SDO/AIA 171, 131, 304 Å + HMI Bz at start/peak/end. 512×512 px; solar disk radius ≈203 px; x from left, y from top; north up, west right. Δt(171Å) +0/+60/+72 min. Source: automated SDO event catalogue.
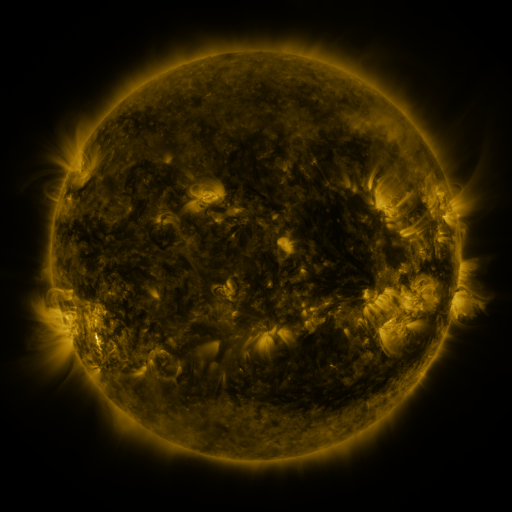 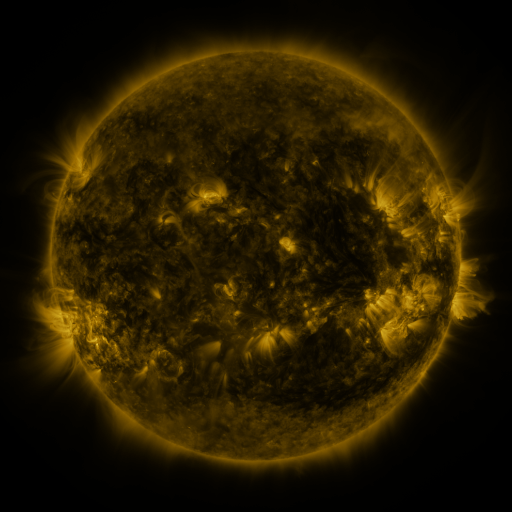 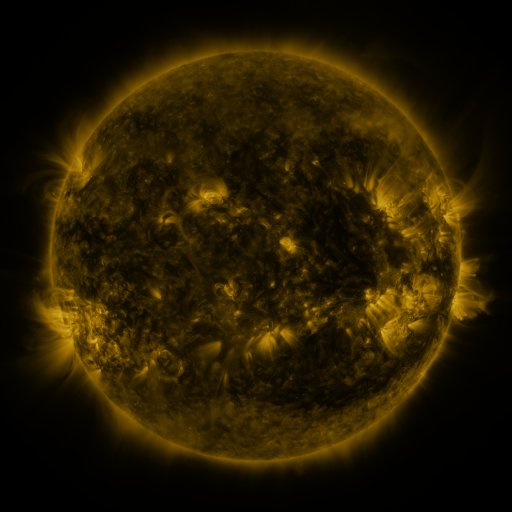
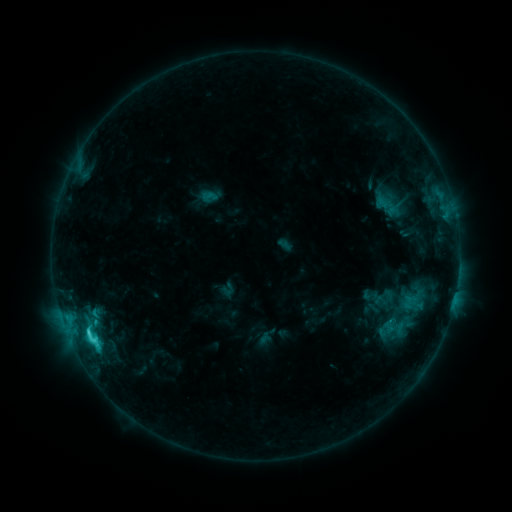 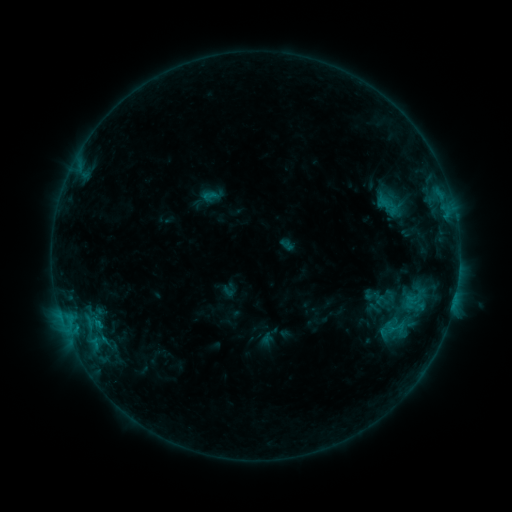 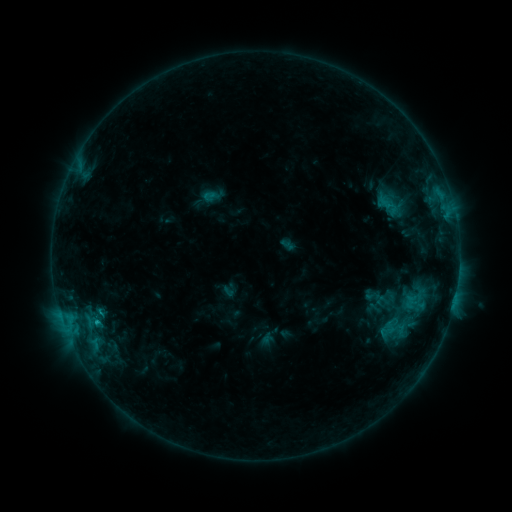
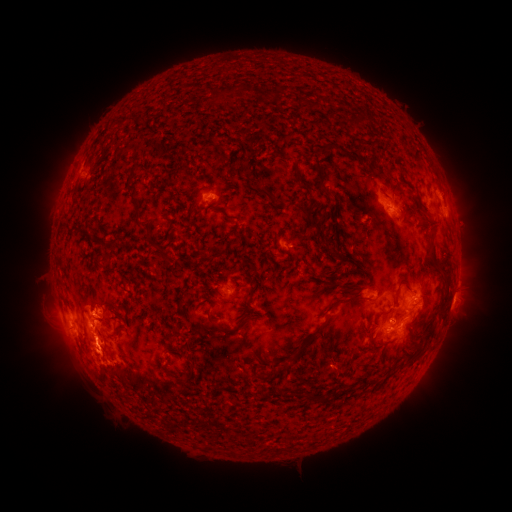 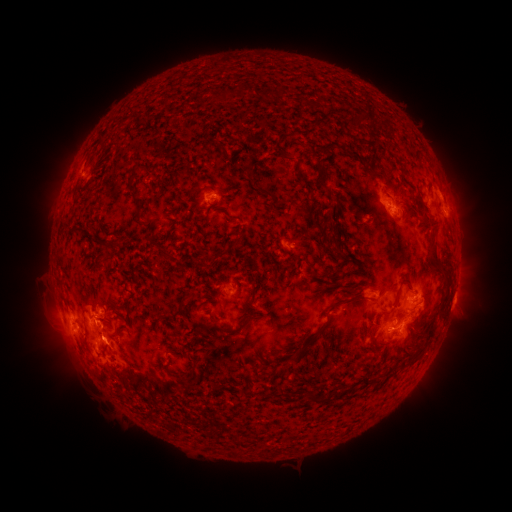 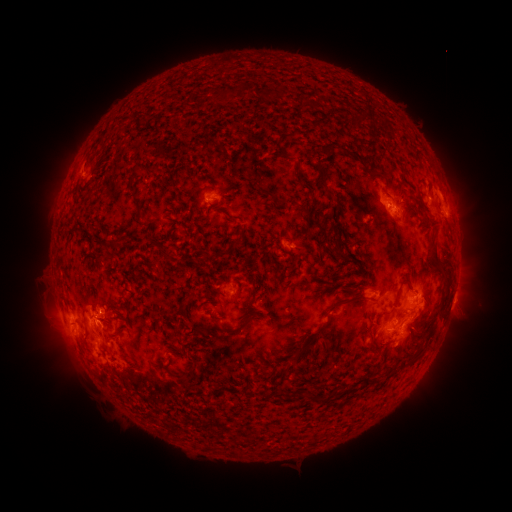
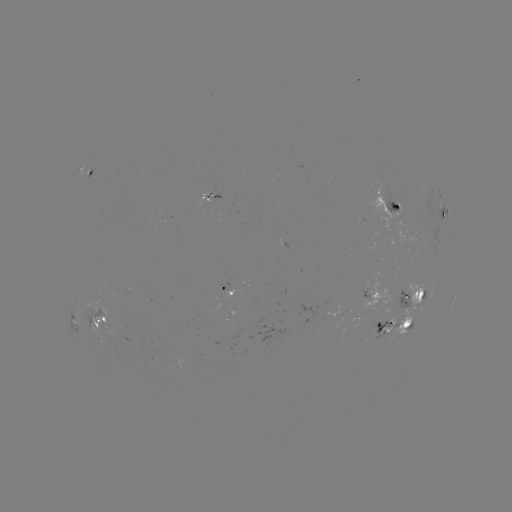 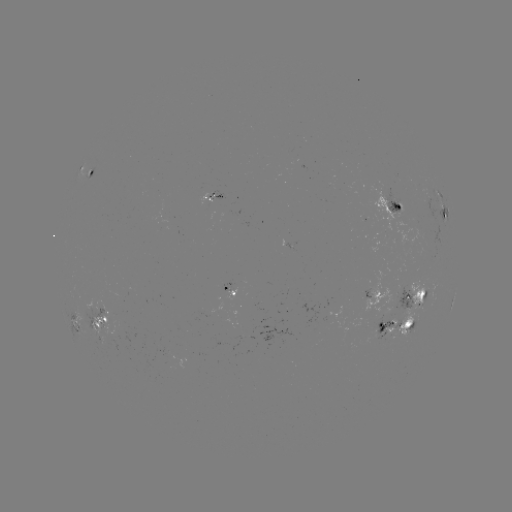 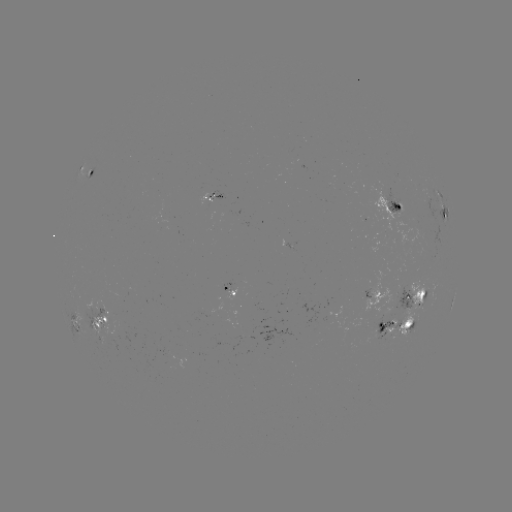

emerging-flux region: [207, 191, 222, 199]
